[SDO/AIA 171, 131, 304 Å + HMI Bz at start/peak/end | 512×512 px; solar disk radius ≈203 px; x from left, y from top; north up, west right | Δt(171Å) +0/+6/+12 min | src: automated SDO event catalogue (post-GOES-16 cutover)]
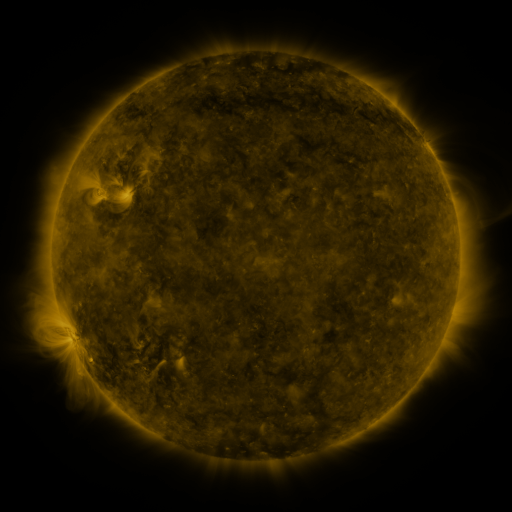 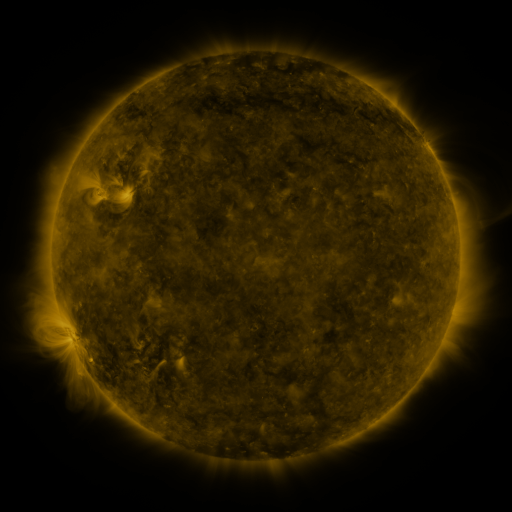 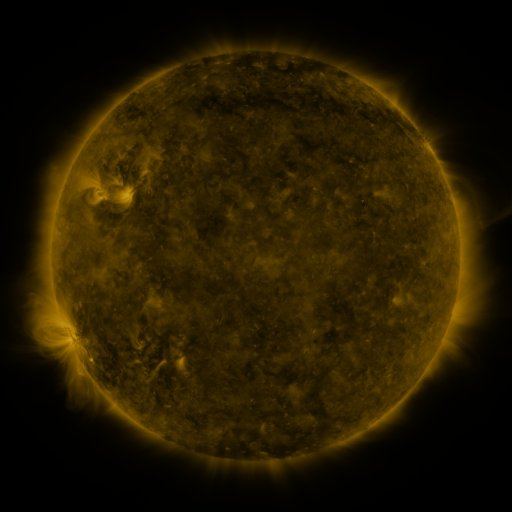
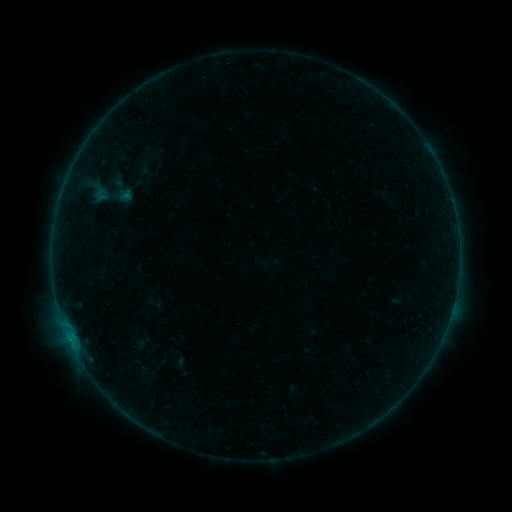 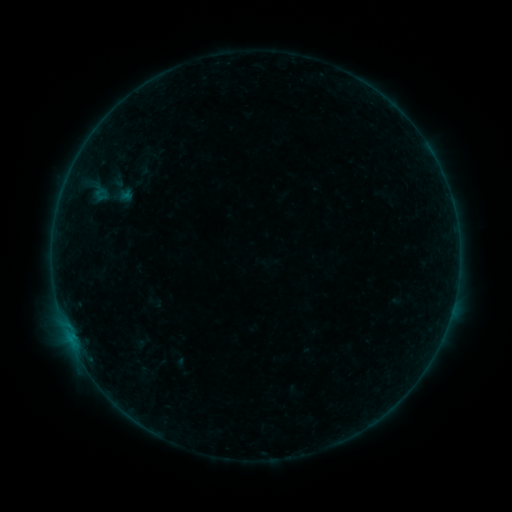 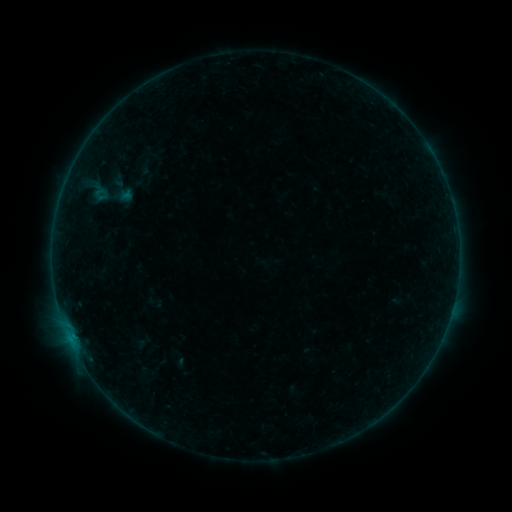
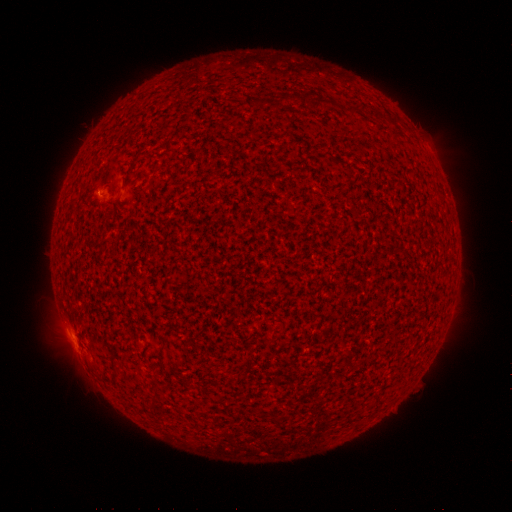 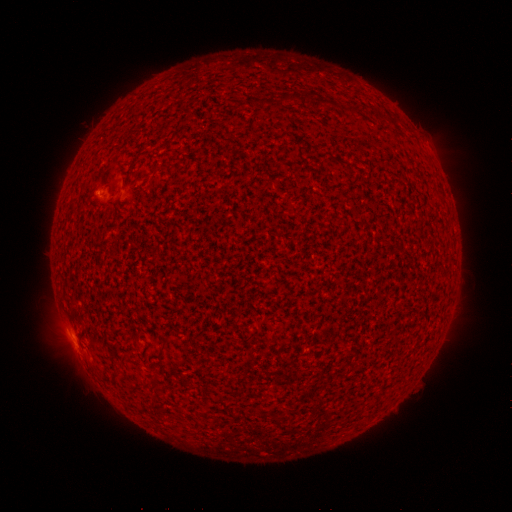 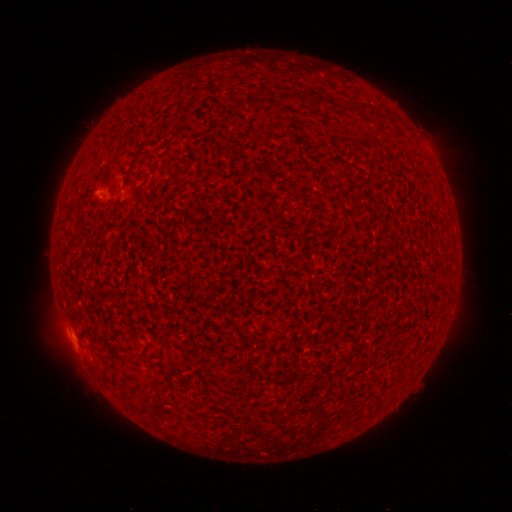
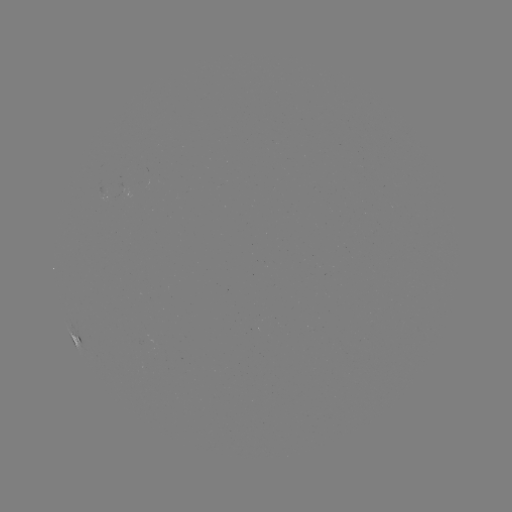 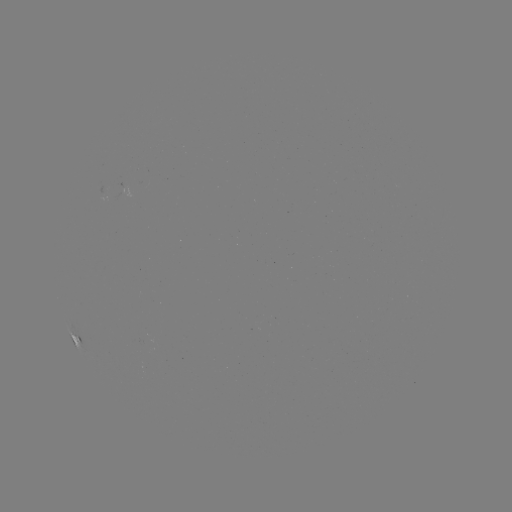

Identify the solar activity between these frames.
no catalogued flare and no flagged EUV brightening in this window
